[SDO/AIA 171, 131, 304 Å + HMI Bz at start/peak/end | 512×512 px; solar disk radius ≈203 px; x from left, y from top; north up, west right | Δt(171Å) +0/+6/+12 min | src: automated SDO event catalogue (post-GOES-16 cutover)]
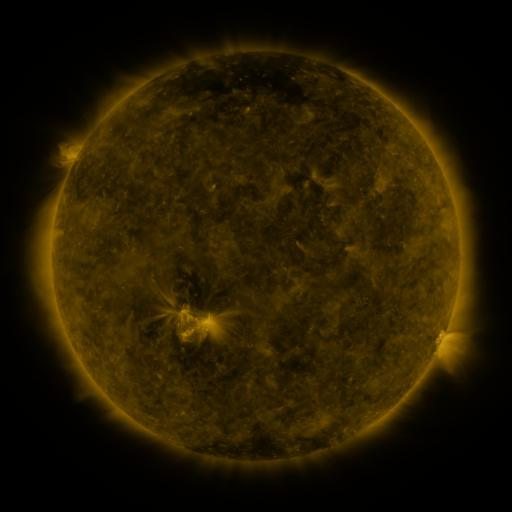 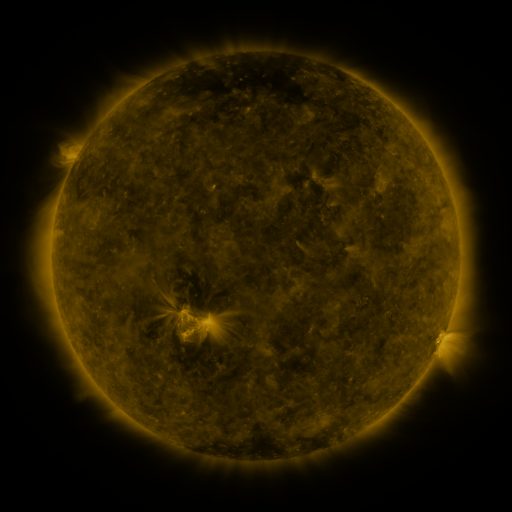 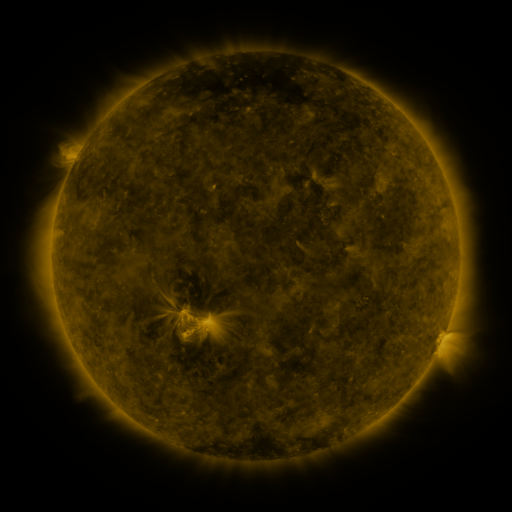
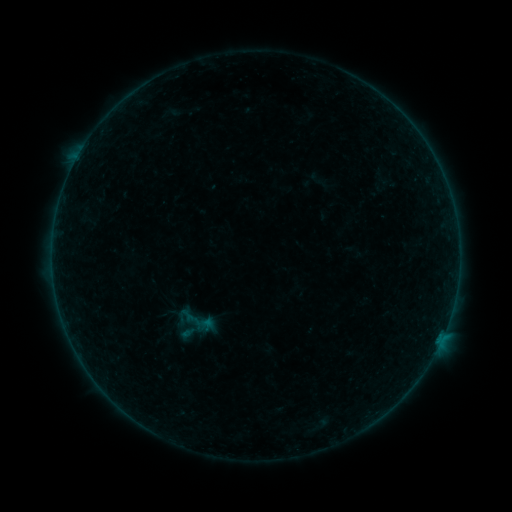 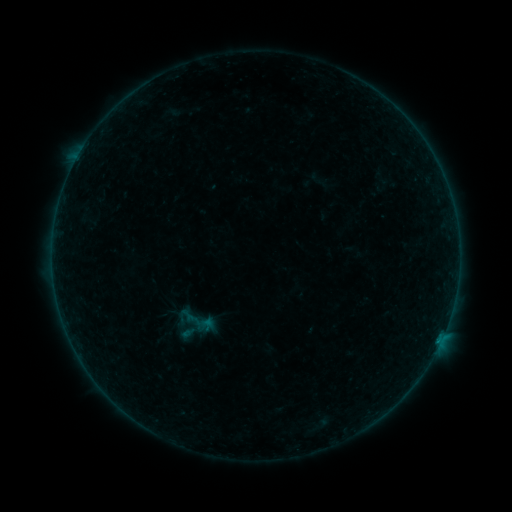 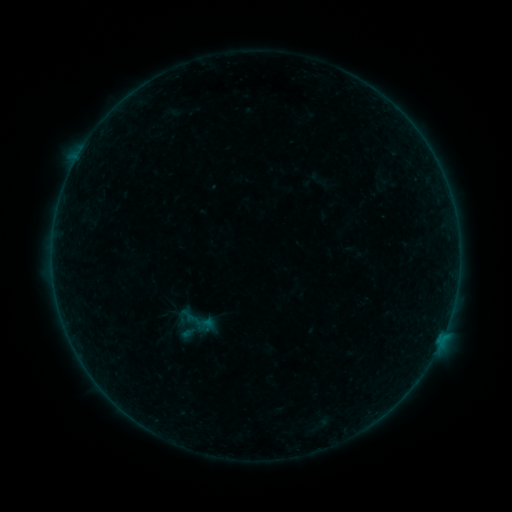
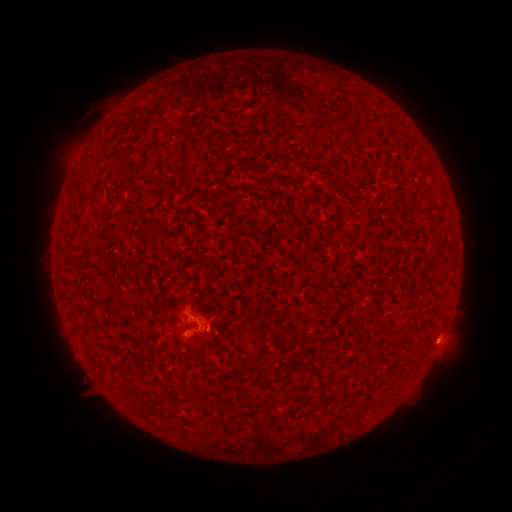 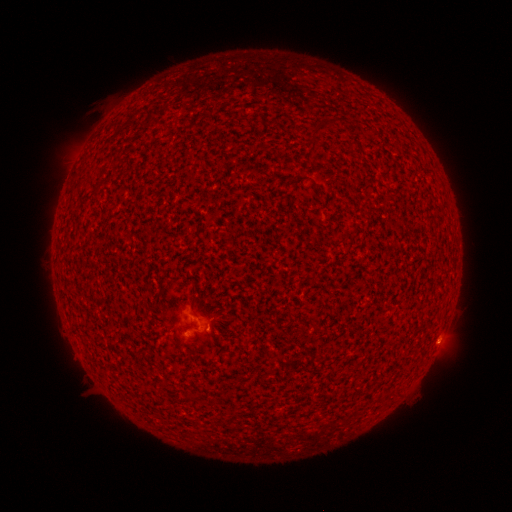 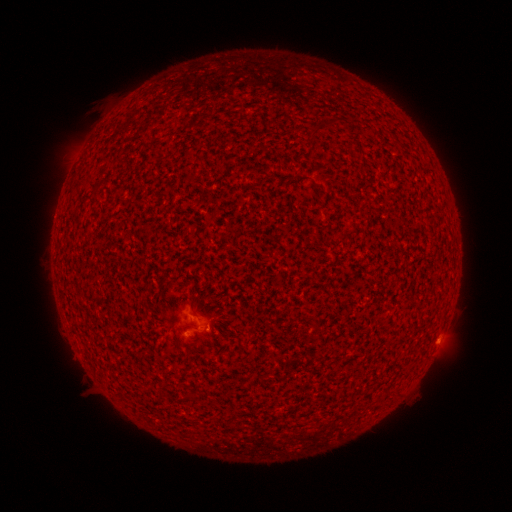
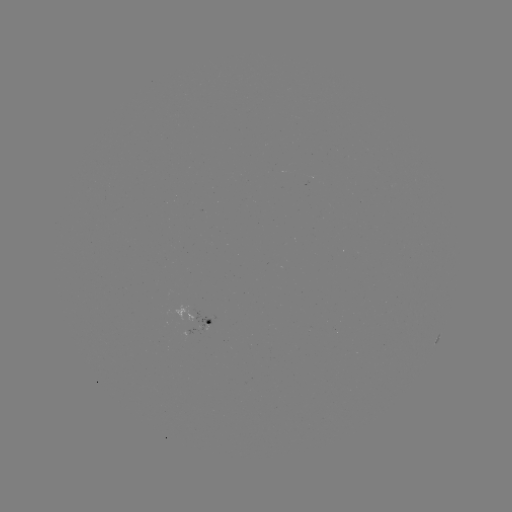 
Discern B1.1 flare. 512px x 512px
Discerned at (439, 338).